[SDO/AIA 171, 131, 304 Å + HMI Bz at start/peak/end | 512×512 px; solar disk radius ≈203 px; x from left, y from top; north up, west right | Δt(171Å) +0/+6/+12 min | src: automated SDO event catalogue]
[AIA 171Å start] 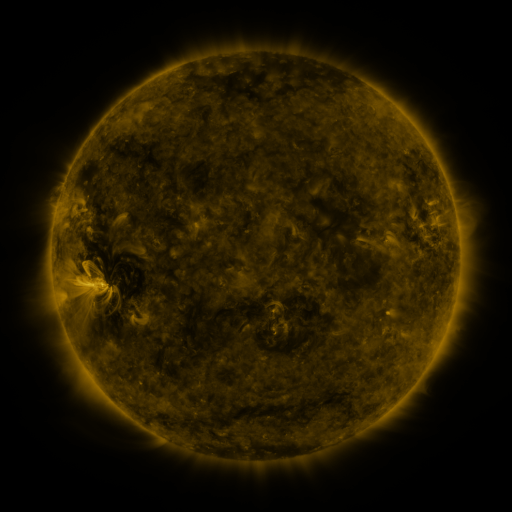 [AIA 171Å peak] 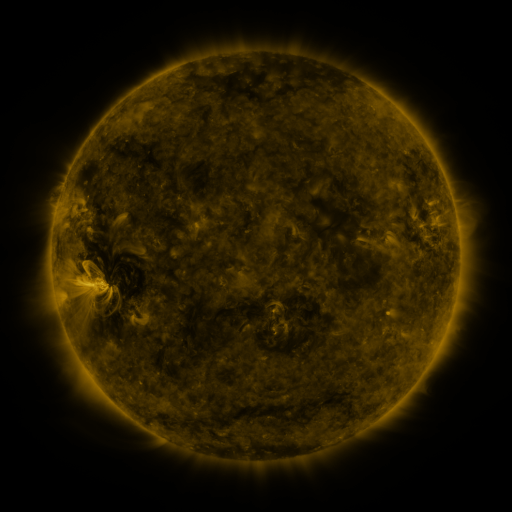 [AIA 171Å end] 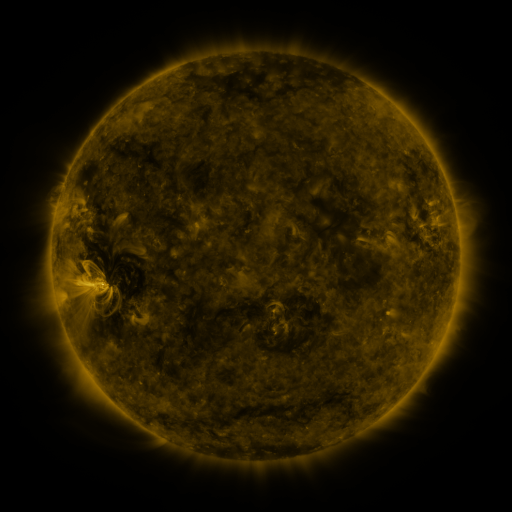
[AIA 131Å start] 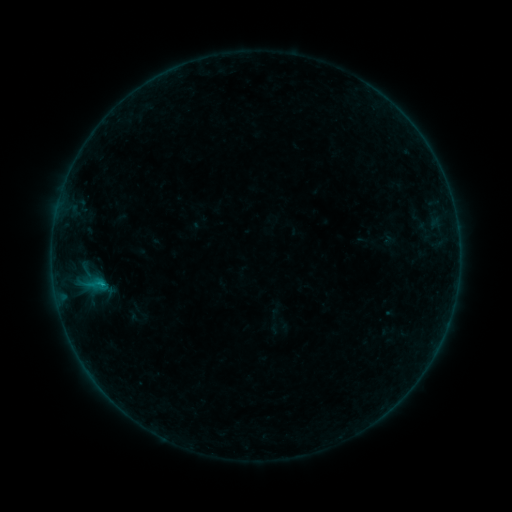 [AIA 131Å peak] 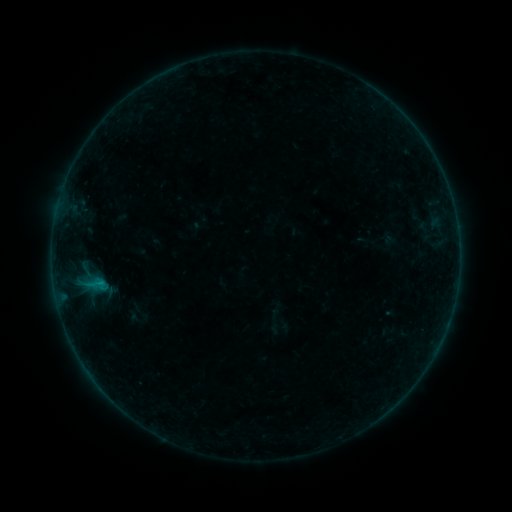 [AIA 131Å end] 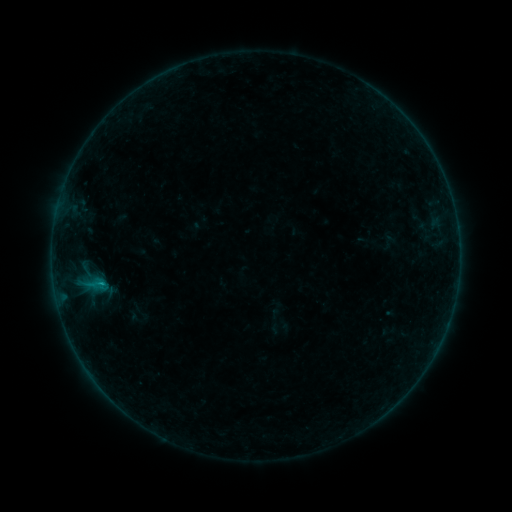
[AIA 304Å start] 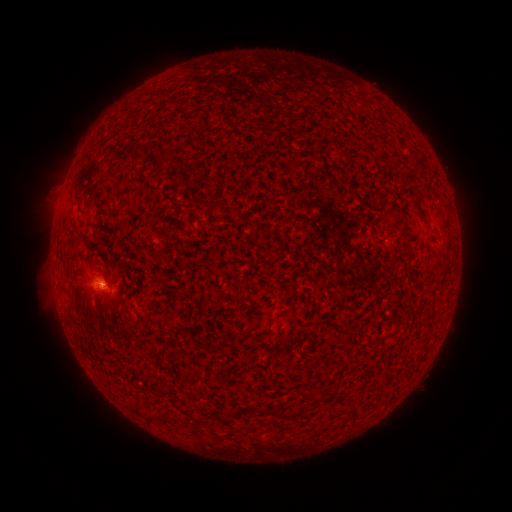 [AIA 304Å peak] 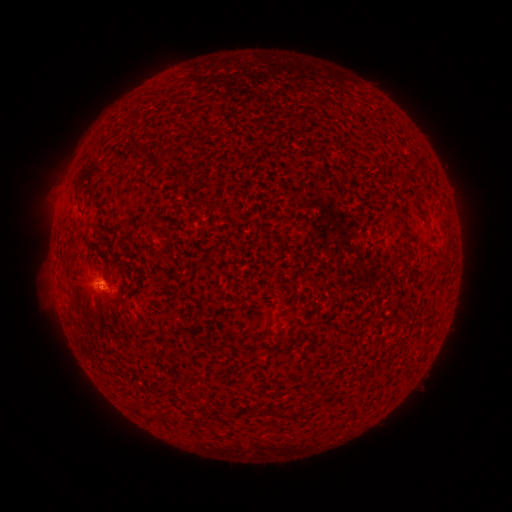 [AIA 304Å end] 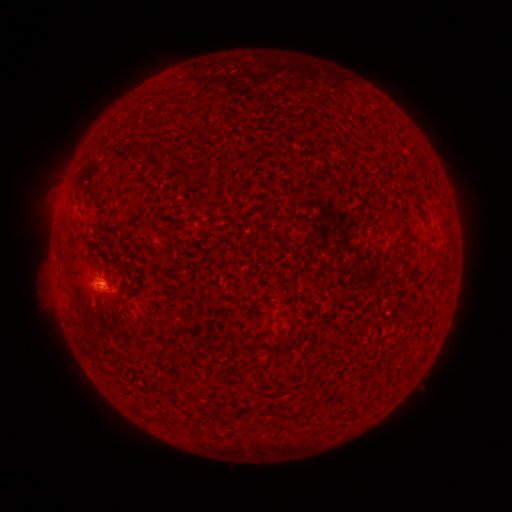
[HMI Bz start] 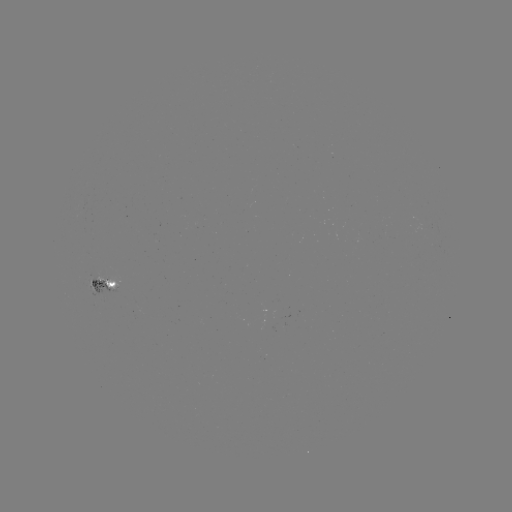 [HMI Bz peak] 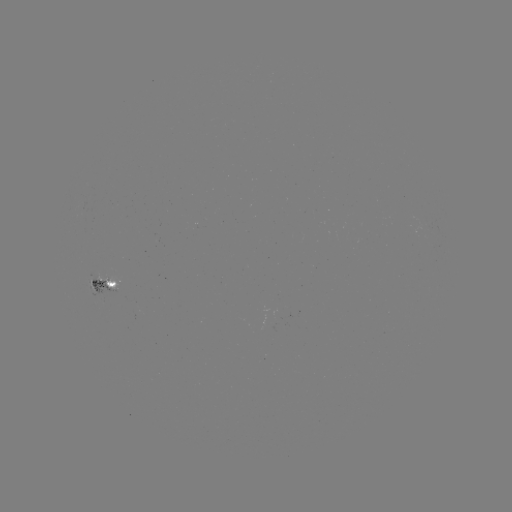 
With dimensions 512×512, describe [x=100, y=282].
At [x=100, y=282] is B3.9 flare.